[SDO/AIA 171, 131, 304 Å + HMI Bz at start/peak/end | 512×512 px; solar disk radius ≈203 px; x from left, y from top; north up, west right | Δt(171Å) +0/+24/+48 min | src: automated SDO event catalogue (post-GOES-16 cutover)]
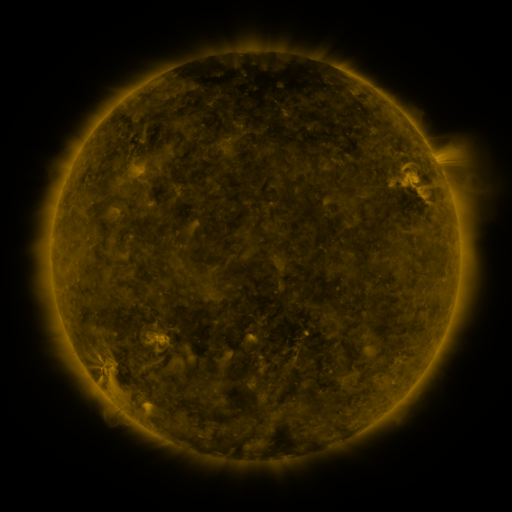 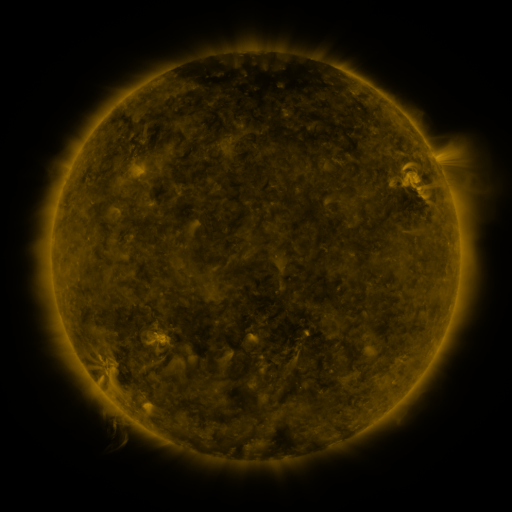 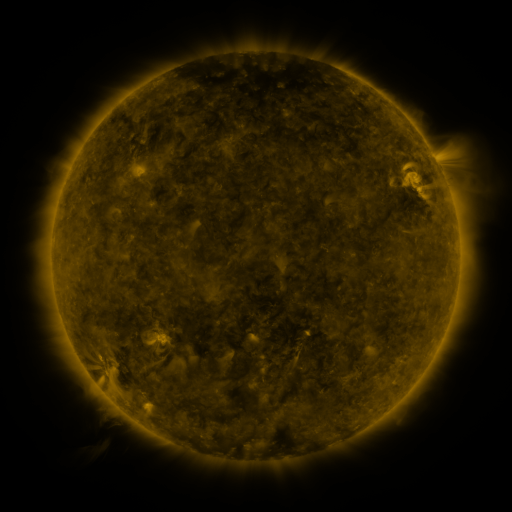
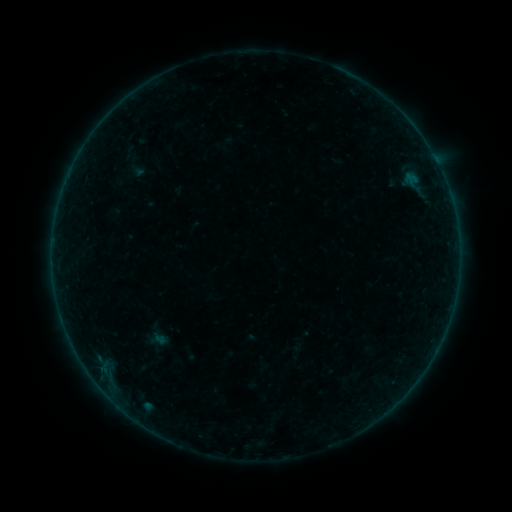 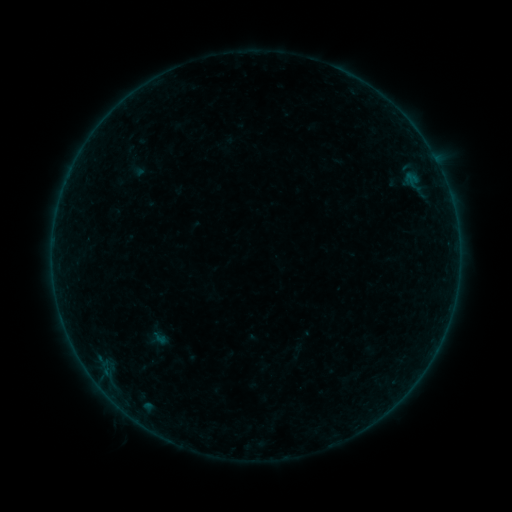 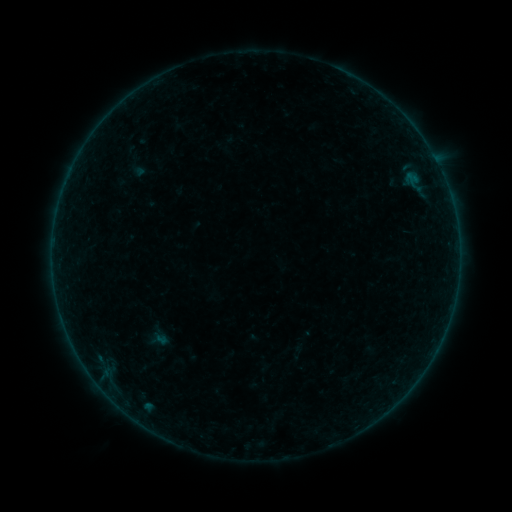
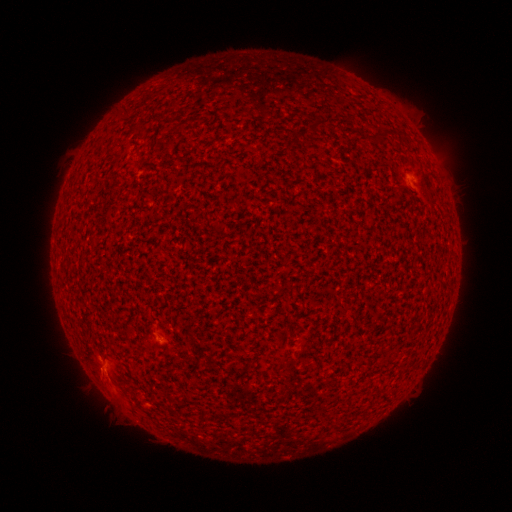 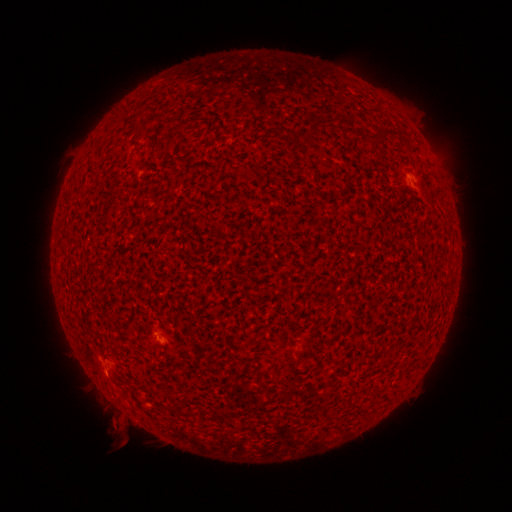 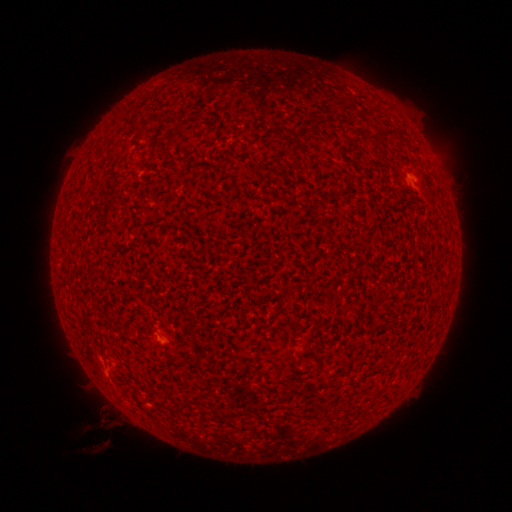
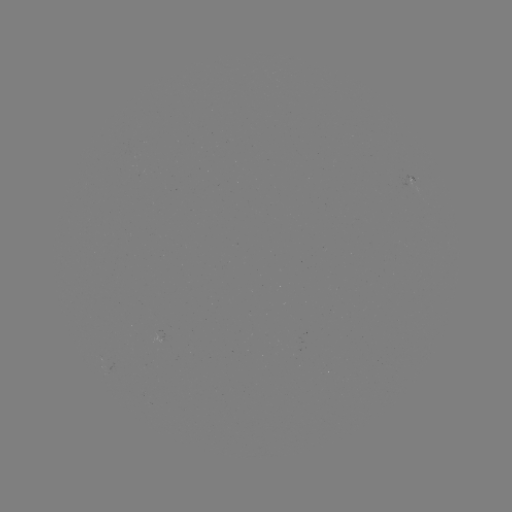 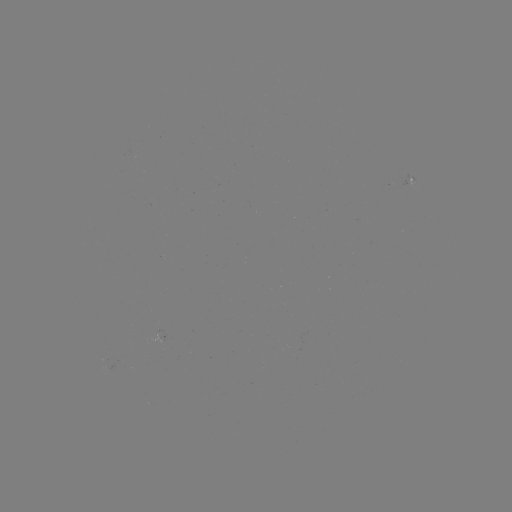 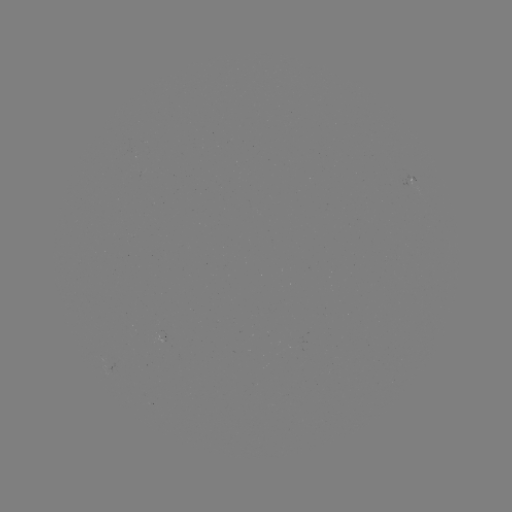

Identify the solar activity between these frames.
A5.4 flare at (161, 338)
